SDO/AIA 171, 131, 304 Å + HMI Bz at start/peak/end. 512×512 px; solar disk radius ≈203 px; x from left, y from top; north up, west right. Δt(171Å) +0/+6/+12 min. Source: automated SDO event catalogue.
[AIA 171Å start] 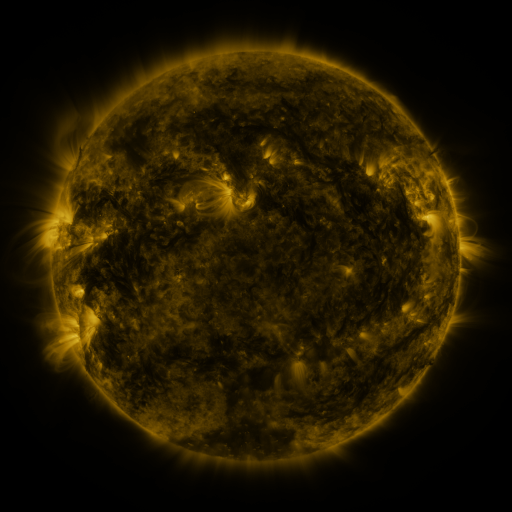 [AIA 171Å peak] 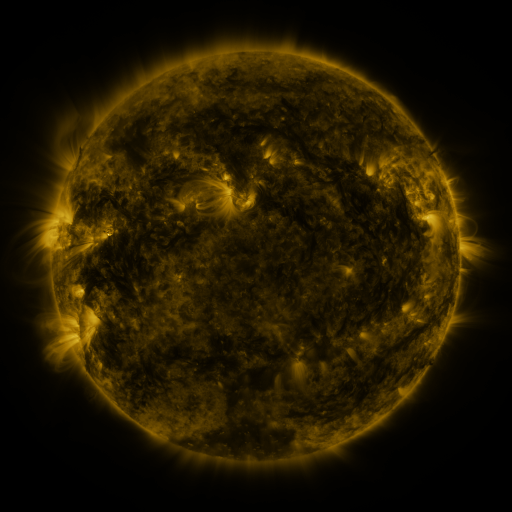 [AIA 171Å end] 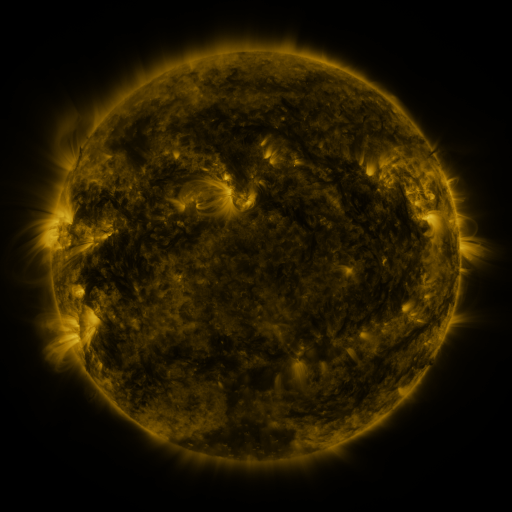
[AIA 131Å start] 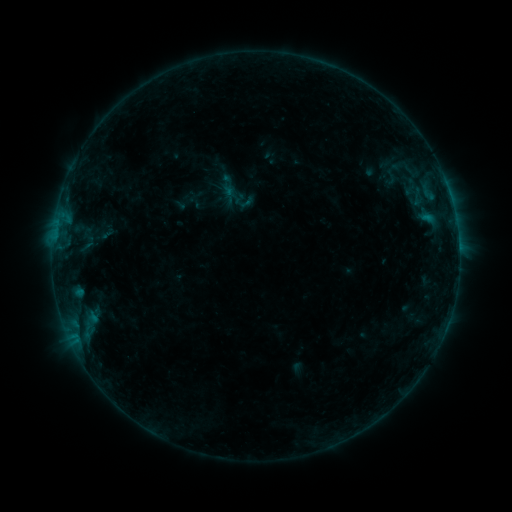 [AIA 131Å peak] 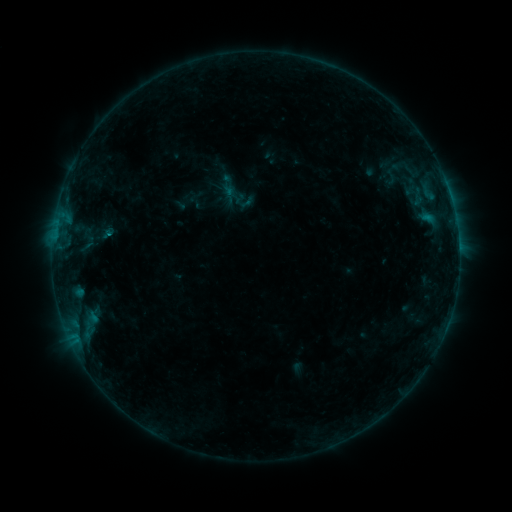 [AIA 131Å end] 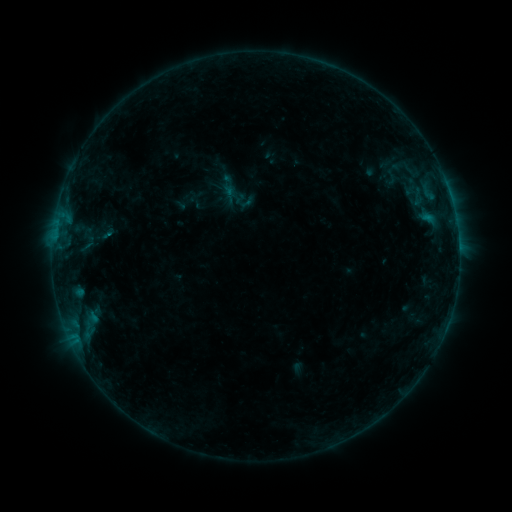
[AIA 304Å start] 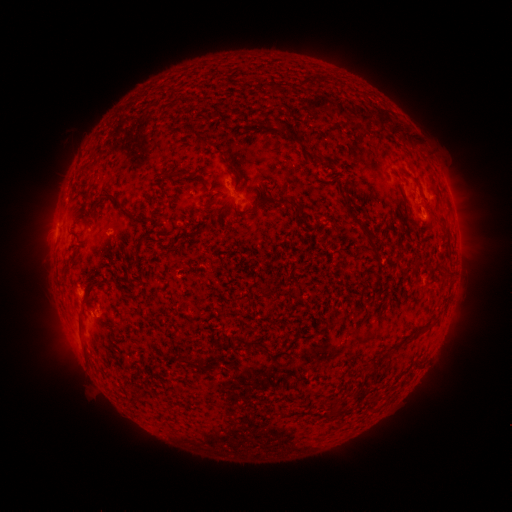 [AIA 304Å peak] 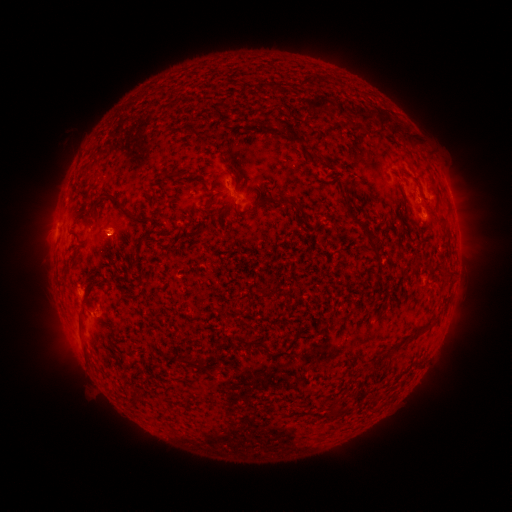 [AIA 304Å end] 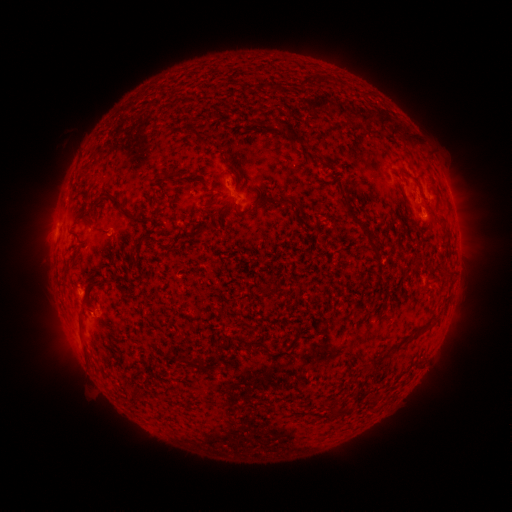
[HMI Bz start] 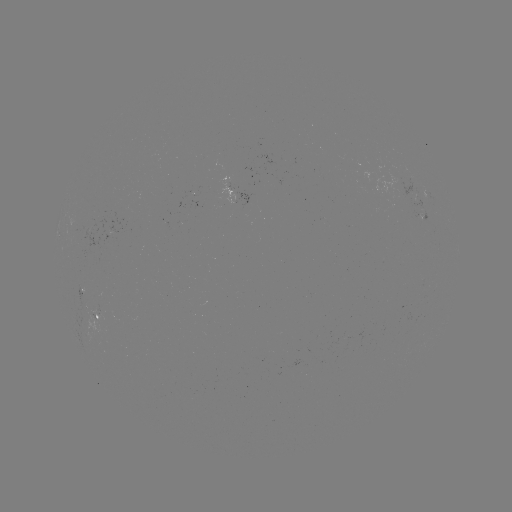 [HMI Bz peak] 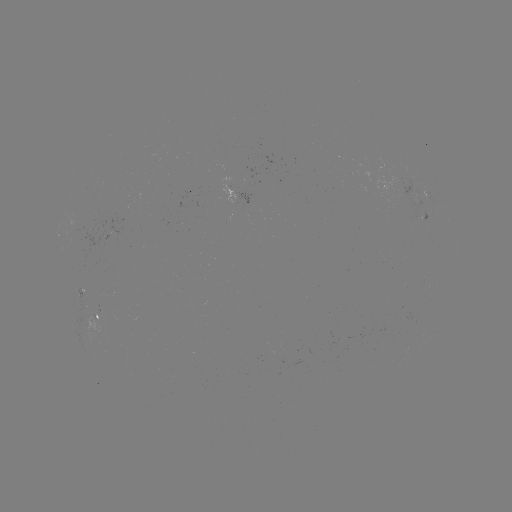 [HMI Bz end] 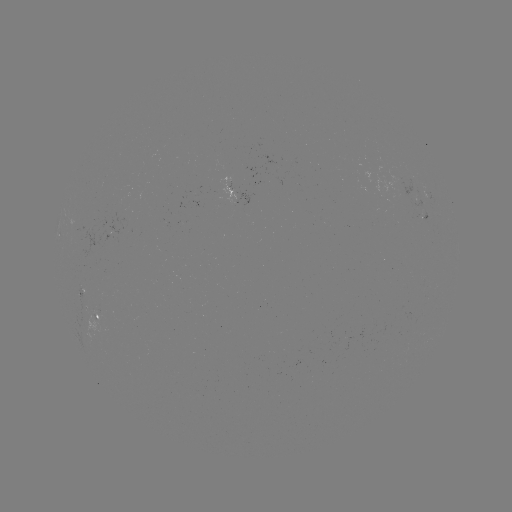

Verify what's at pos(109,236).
B2.6 flare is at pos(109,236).